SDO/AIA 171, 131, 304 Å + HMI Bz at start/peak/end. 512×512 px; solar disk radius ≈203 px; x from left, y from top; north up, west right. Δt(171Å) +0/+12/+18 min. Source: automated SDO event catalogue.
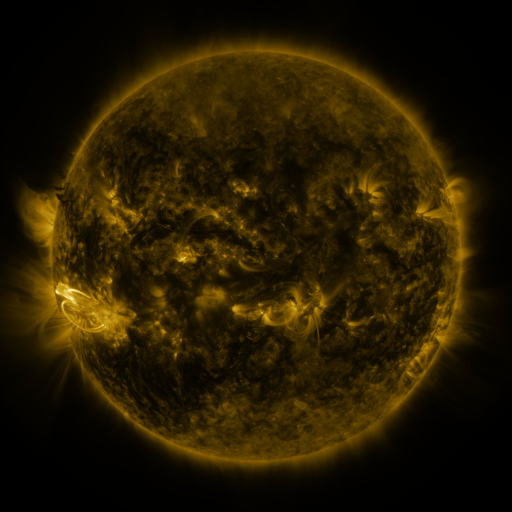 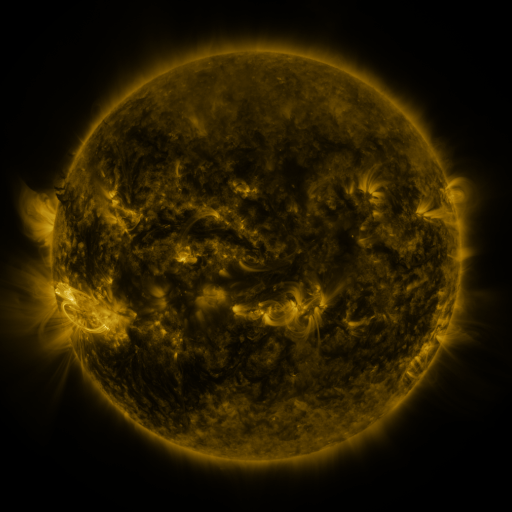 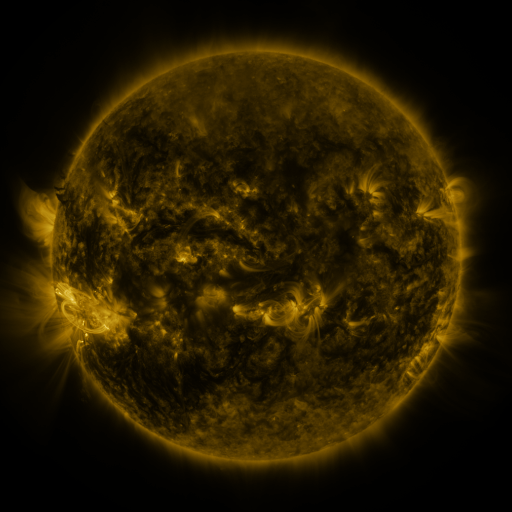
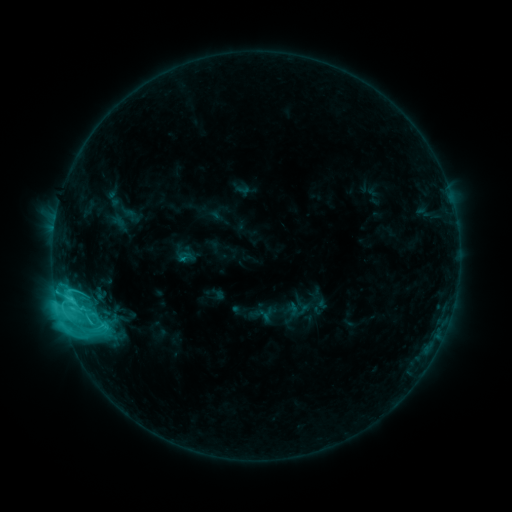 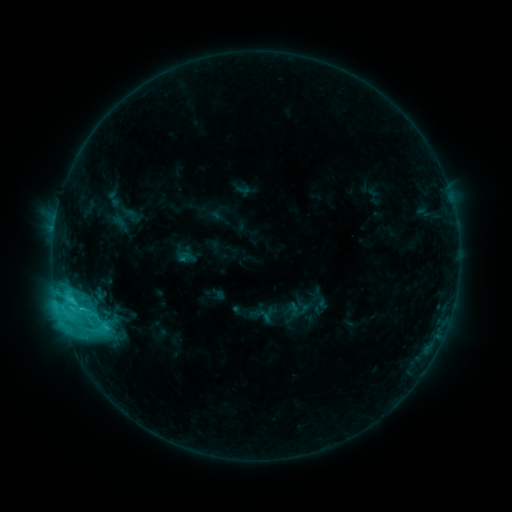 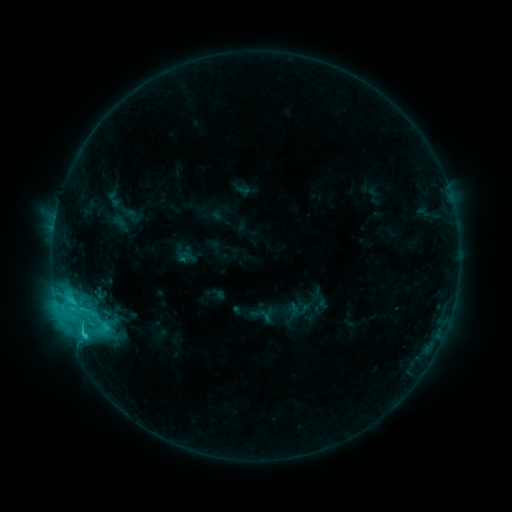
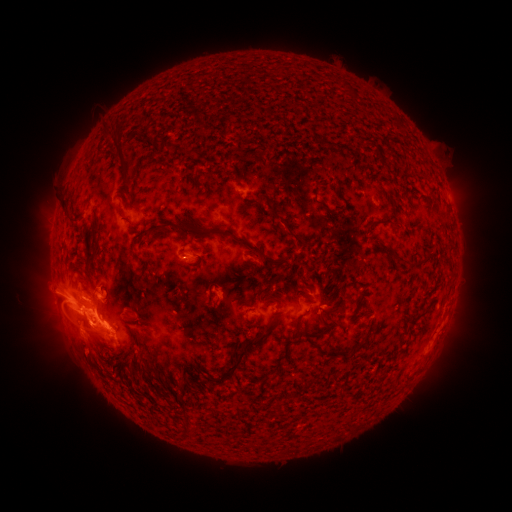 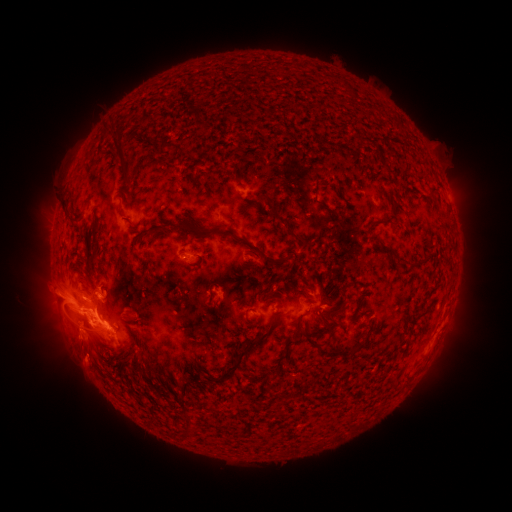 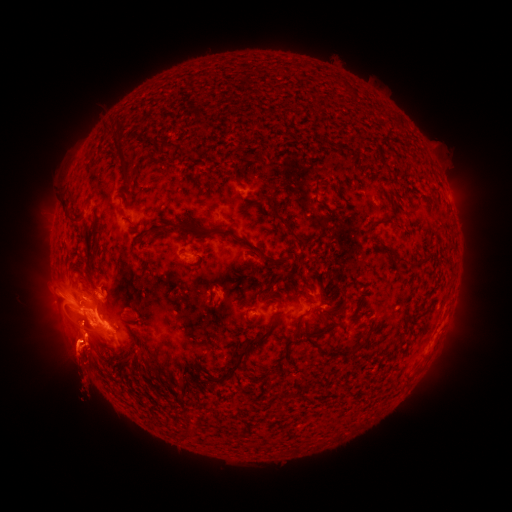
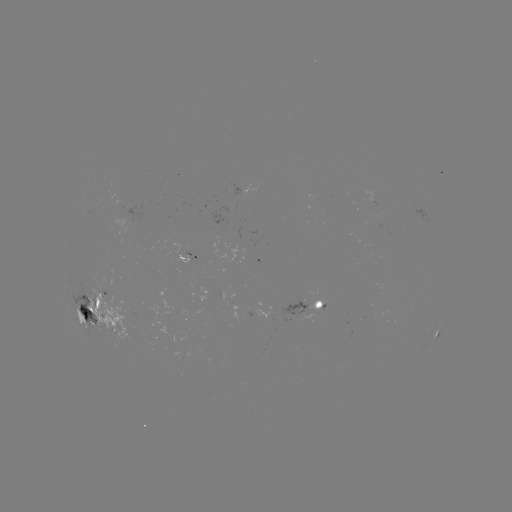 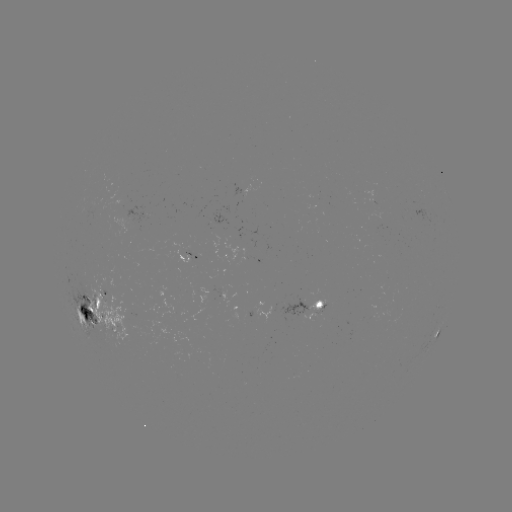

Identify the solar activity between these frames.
eruption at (82, 362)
